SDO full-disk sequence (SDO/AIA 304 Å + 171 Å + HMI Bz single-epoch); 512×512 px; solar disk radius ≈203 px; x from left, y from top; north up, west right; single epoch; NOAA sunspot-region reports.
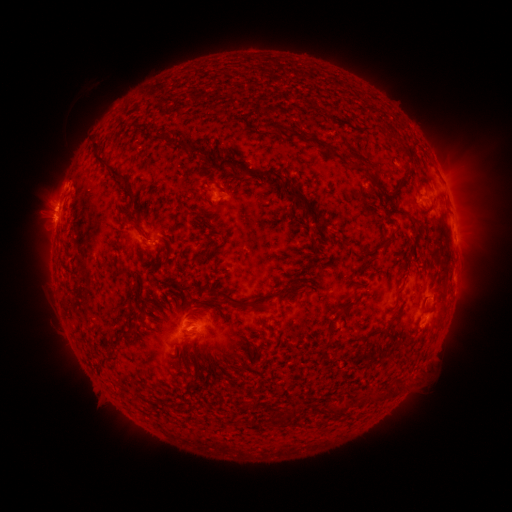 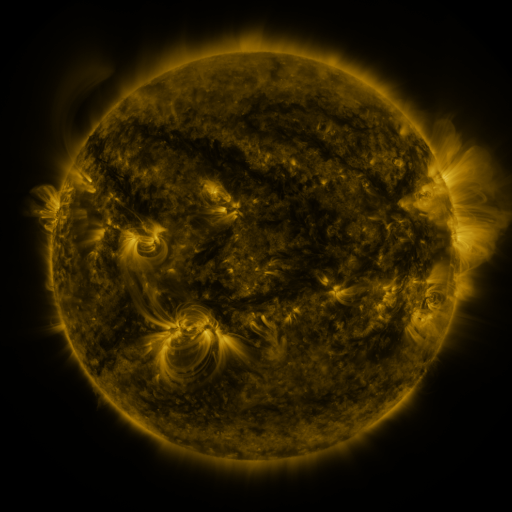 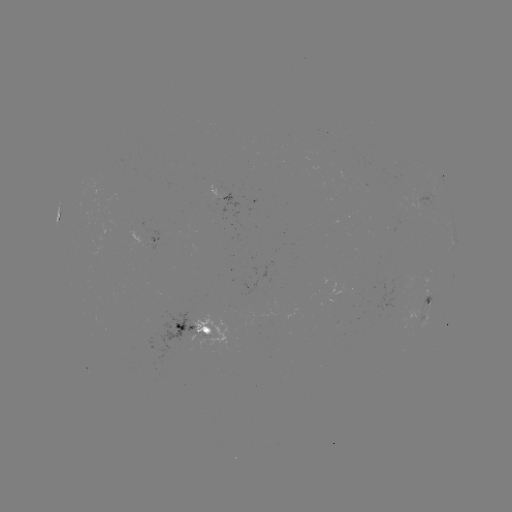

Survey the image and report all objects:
spotted active region: (222, 196)
spotted active region: (420, 201)
spotted active region: (145, 237)
spotted active region: (454, 277)
spotted active region: (429, 303)
spotted active region: (190, 329)
